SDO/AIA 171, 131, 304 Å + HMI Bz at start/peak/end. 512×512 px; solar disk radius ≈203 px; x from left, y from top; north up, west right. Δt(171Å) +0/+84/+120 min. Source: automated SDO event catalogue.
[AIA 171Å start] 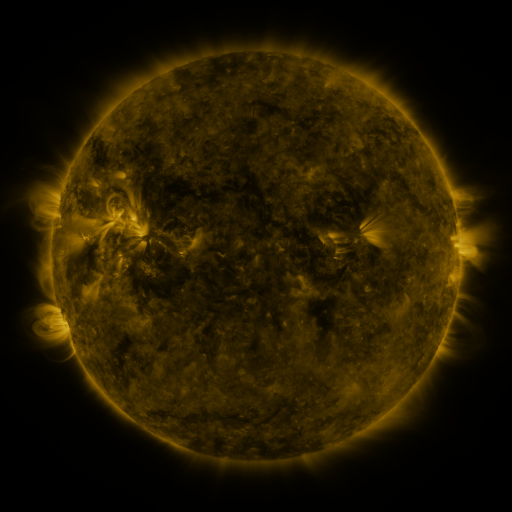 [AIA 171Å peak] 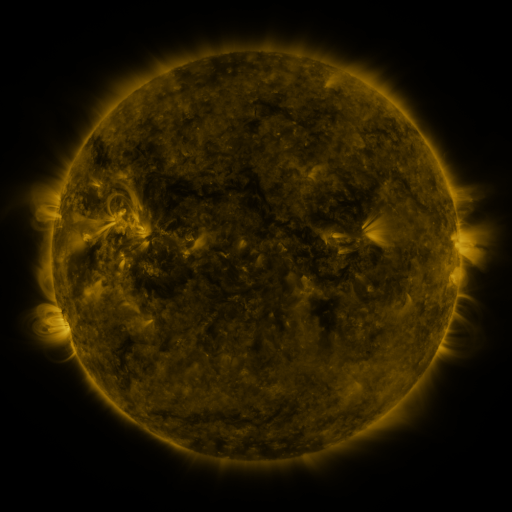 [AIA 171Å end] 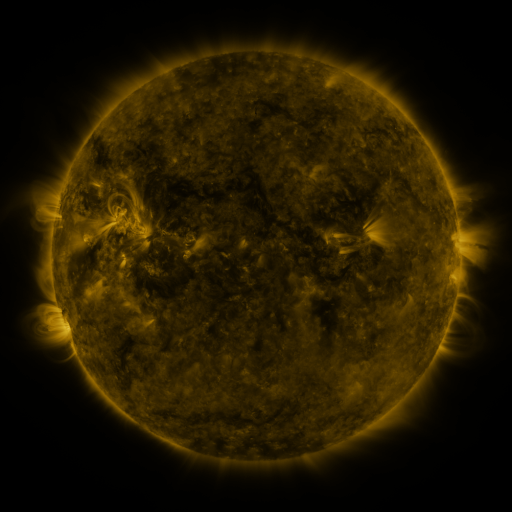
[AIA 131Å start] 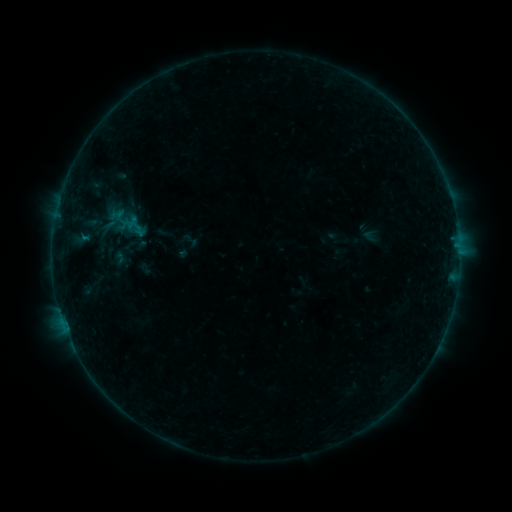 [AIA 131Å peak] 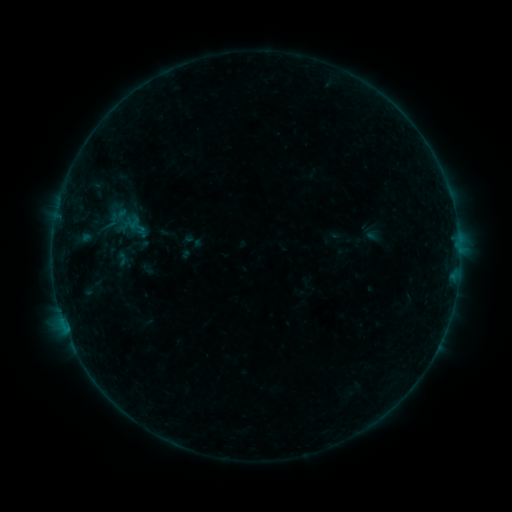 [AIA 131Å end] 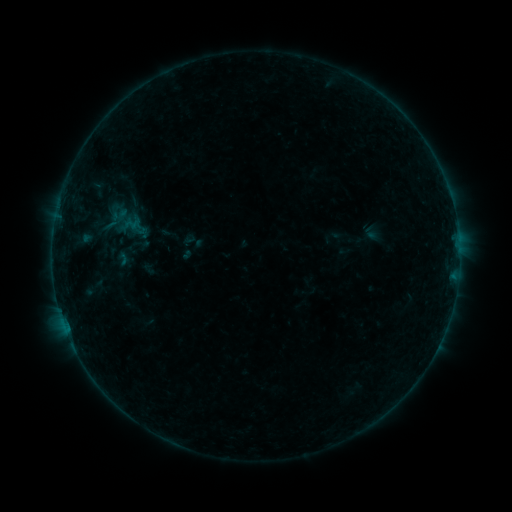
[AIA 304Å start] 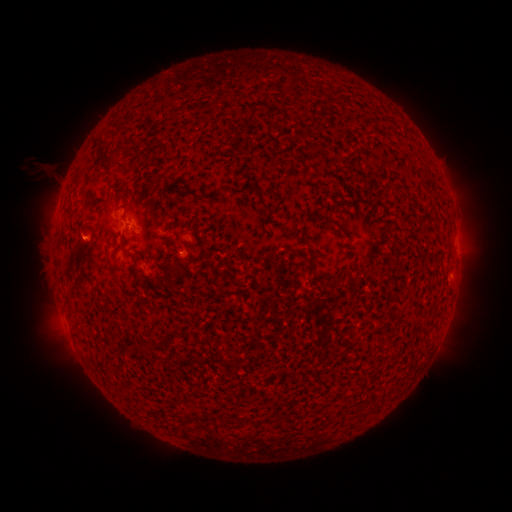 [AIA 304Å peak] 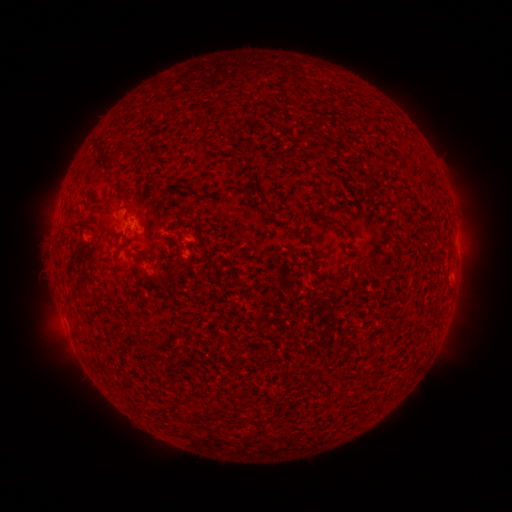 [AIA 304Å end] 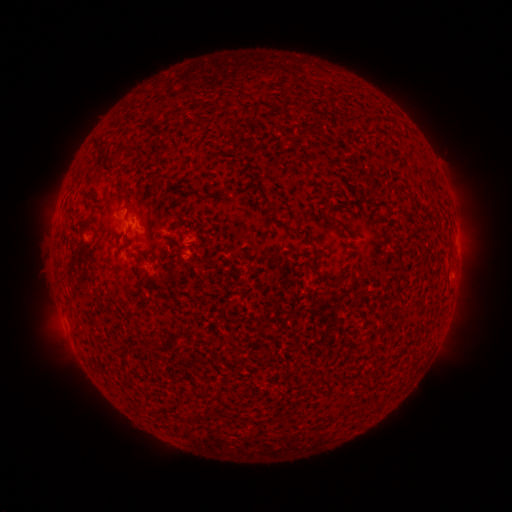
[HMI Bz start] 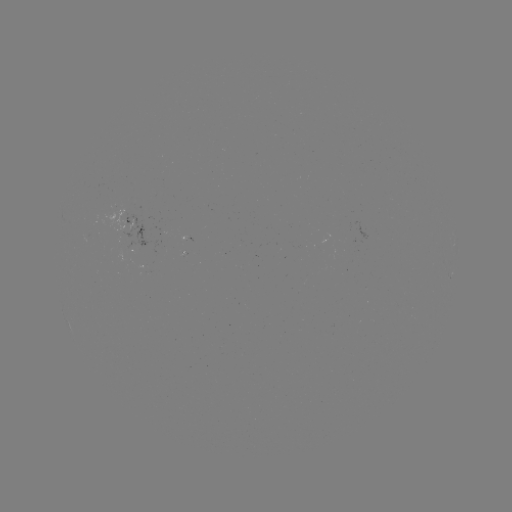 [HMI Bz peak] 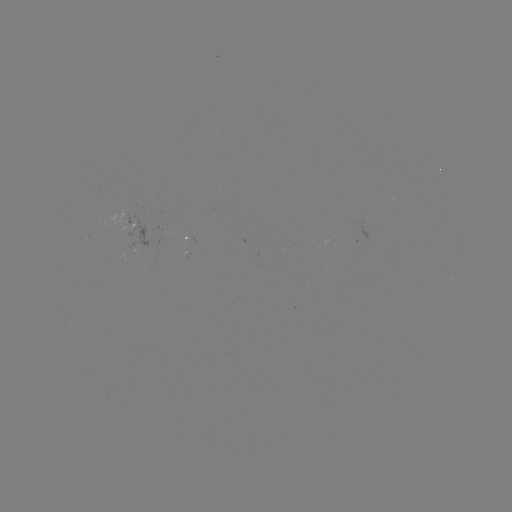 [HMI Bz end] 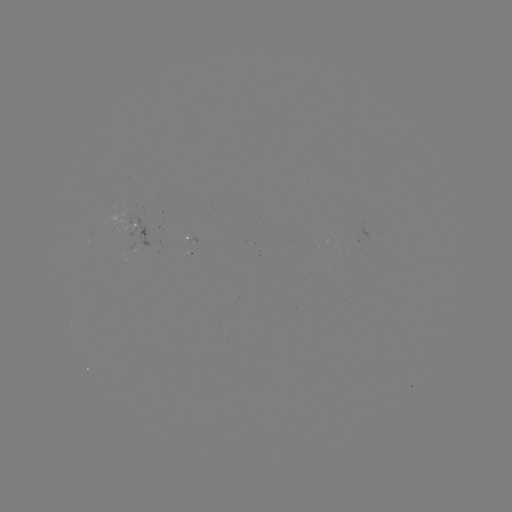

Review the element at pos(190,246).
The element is emerging-flux region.